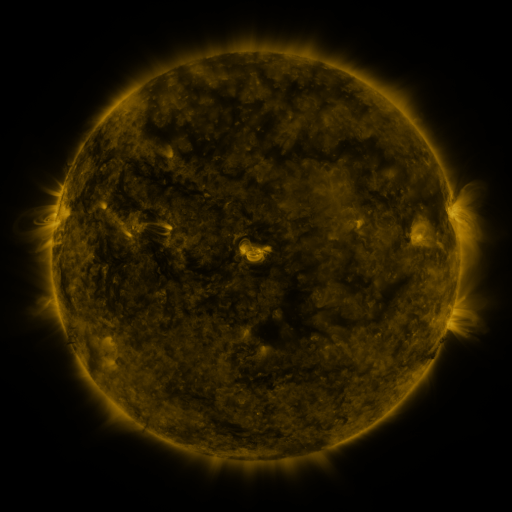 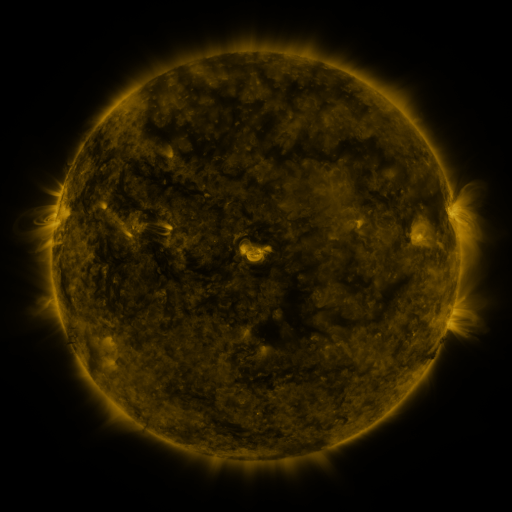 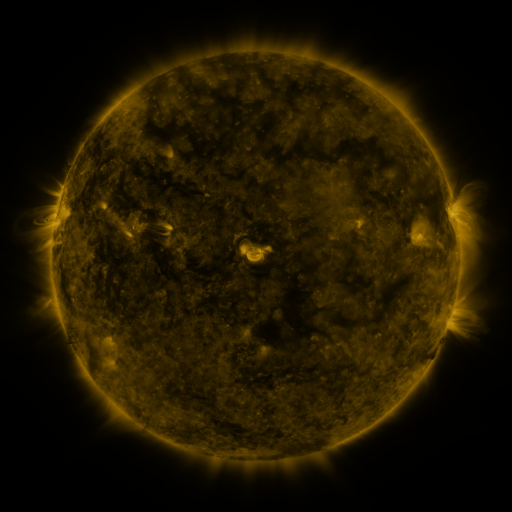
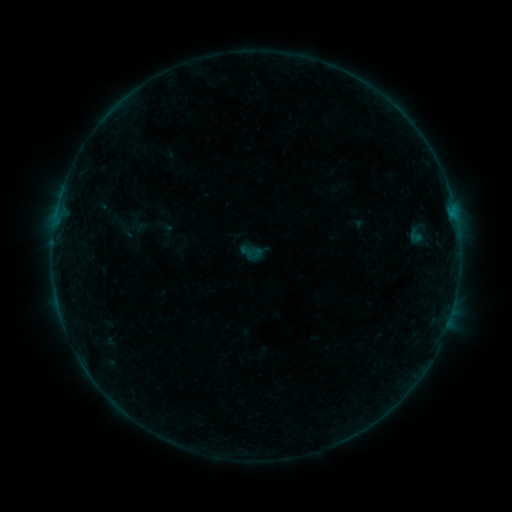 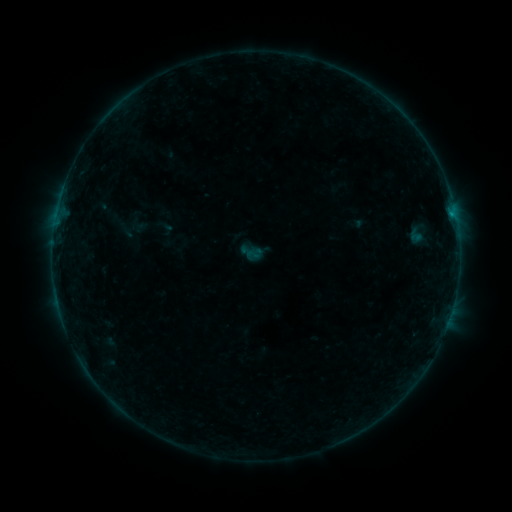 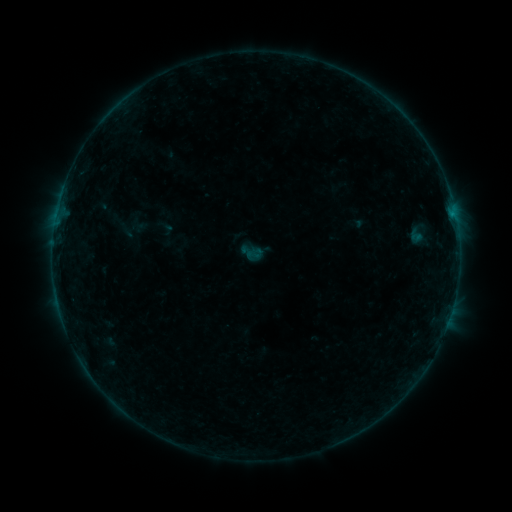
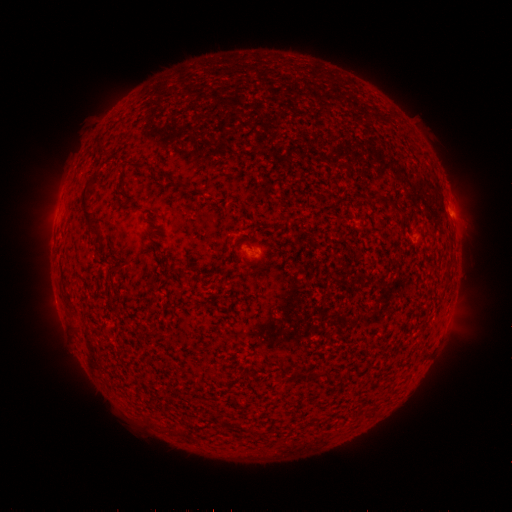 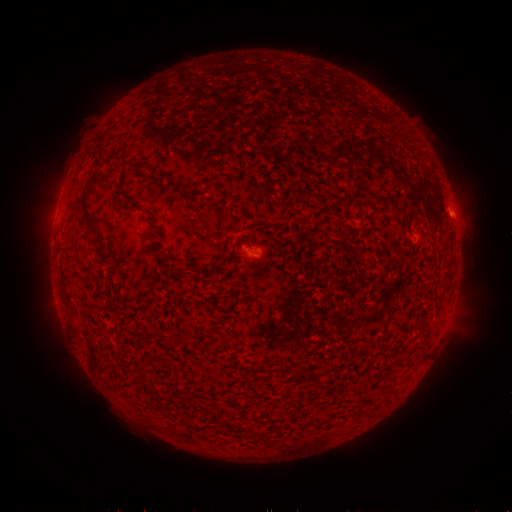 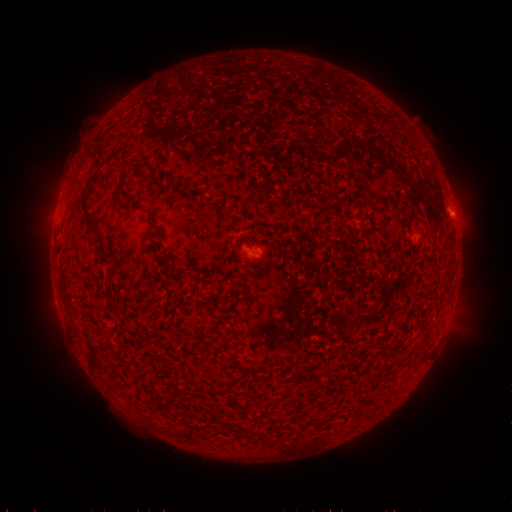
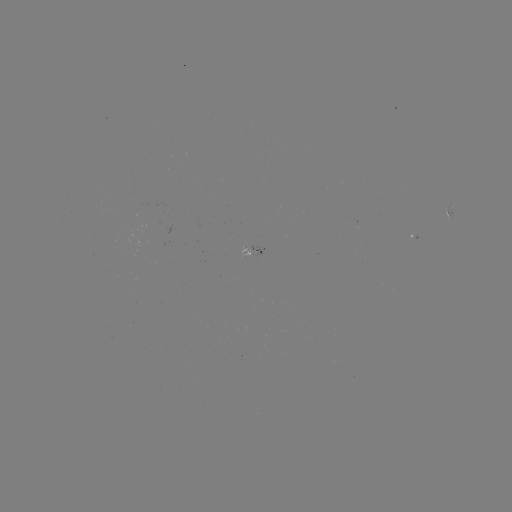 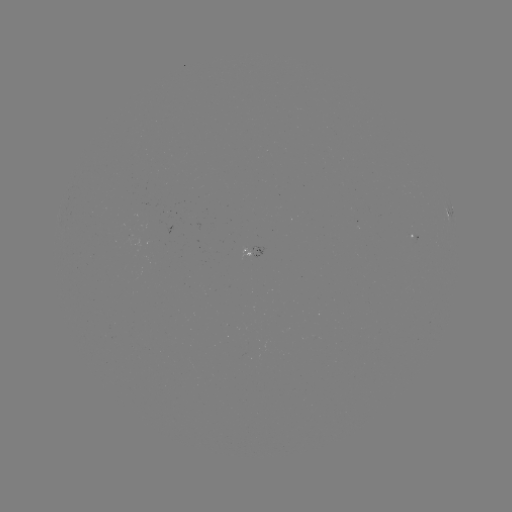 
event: flare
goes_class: B1.6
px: (451, 216)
